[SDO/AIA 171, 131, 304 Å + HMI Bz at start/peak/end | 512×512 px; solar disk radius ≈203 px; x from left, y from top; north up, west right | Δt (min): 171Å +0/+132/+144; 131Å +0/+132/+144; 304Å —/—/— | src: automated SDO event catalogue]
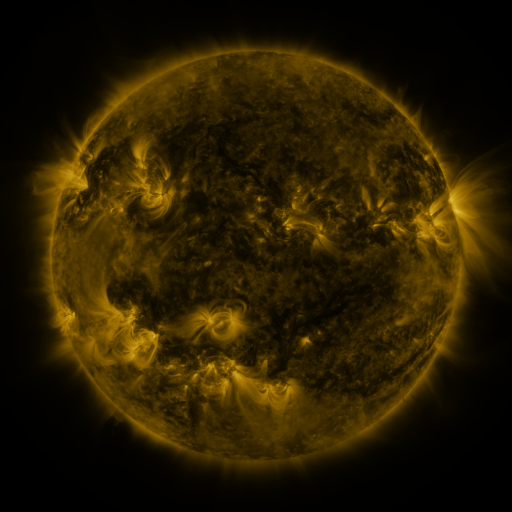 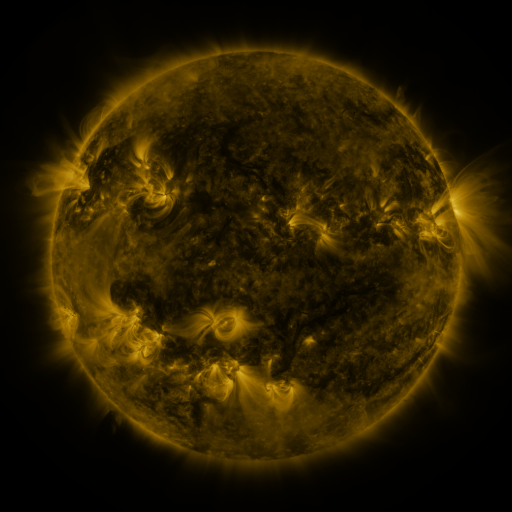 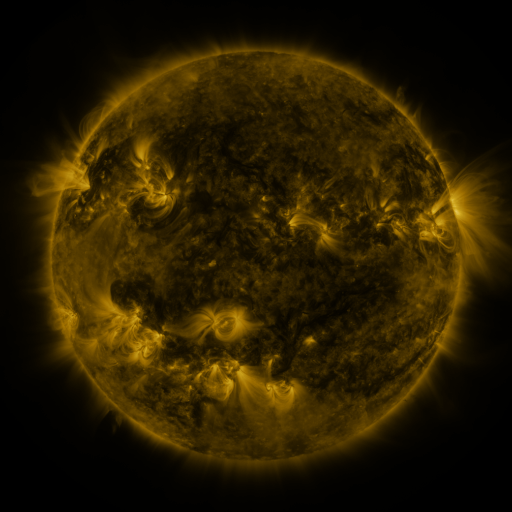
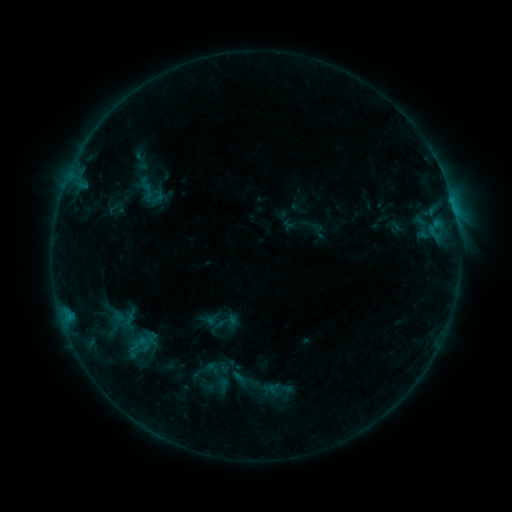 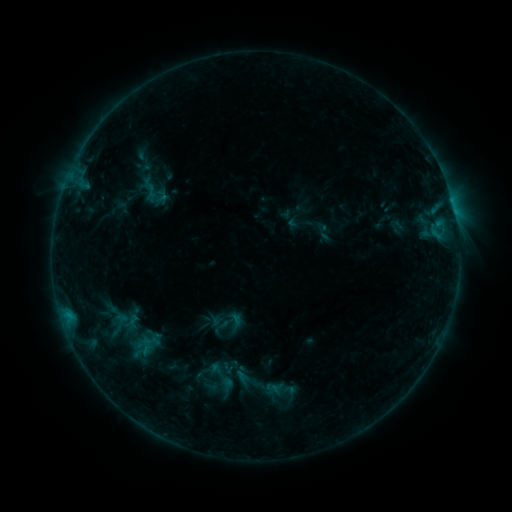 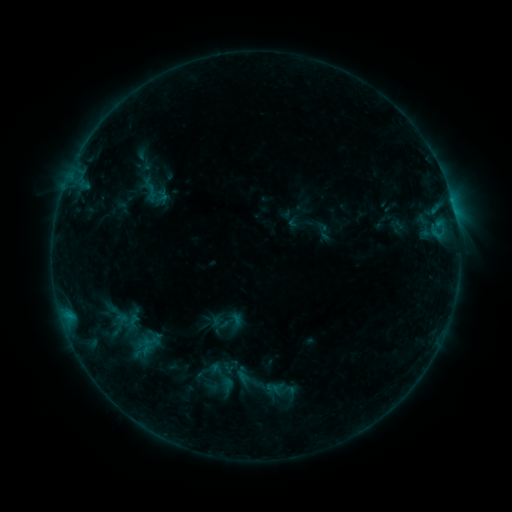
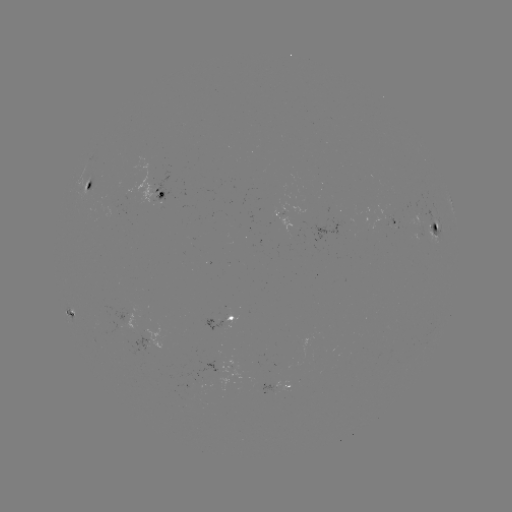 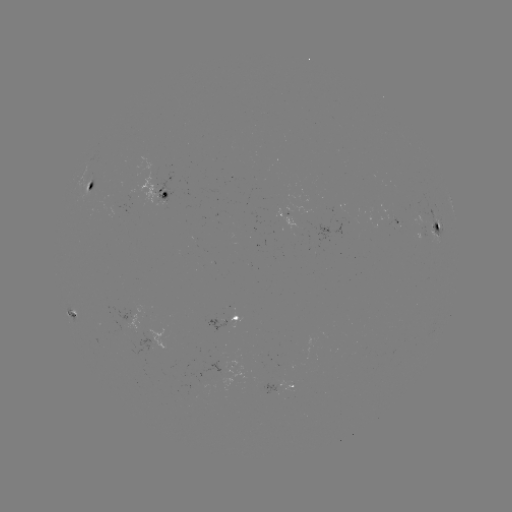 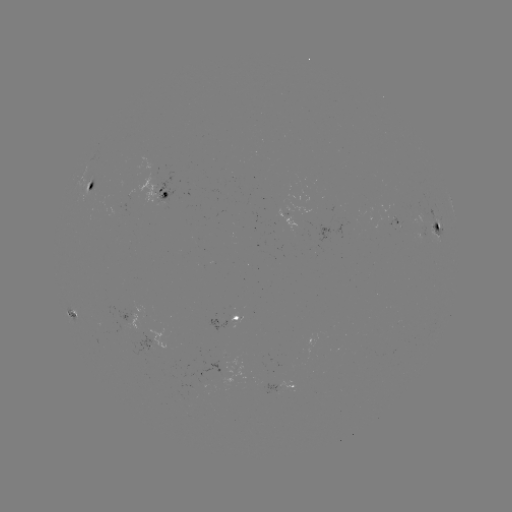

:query emerging-flux region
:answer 95,193